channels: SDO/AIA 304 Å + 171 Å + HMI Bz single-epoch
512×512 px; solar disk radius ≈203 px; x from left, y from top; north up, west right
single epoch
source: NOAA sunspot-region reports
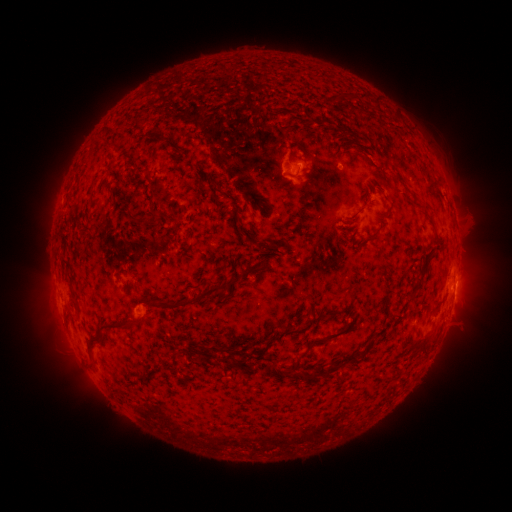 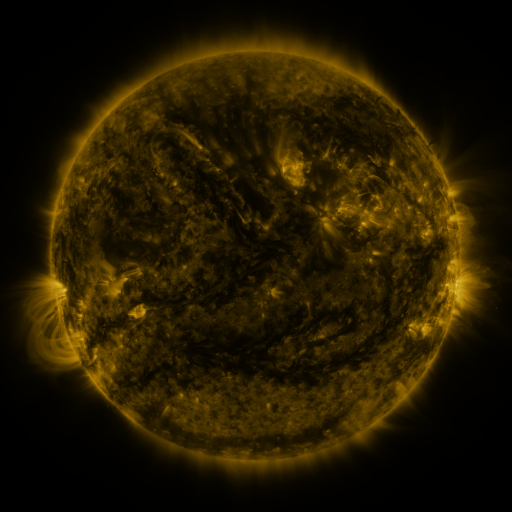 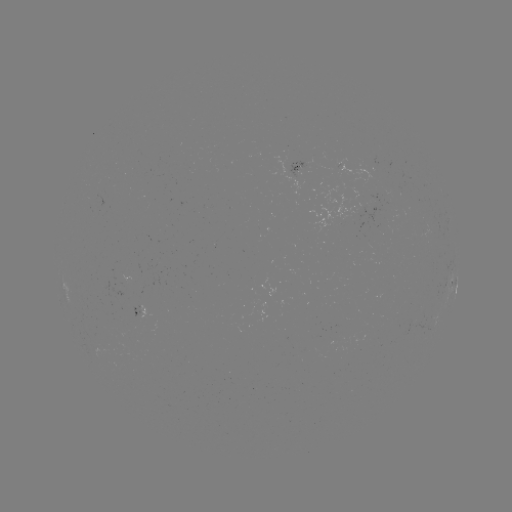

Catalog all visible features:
spotted active region: (295, 168)
spotted active region: (452, 277)
spotted active region: (456, 286)
